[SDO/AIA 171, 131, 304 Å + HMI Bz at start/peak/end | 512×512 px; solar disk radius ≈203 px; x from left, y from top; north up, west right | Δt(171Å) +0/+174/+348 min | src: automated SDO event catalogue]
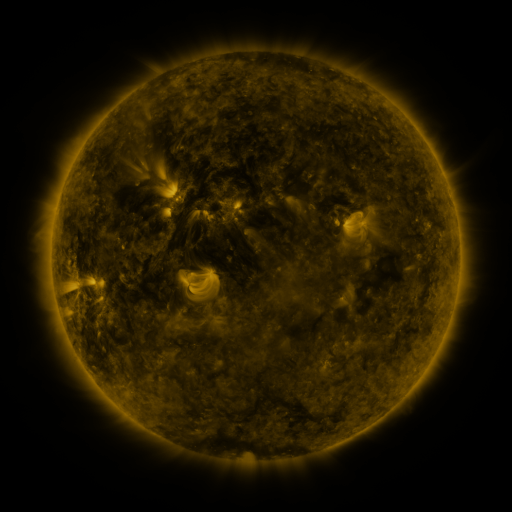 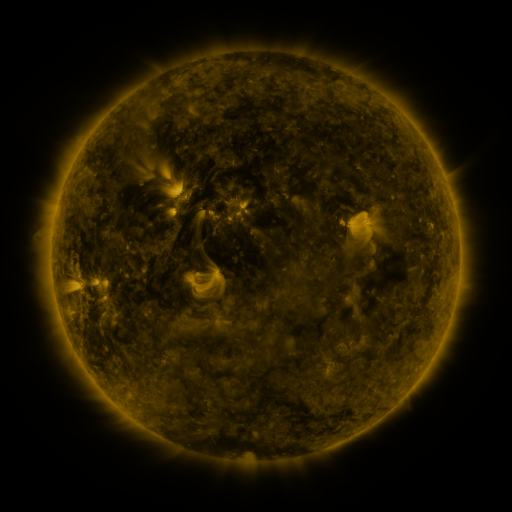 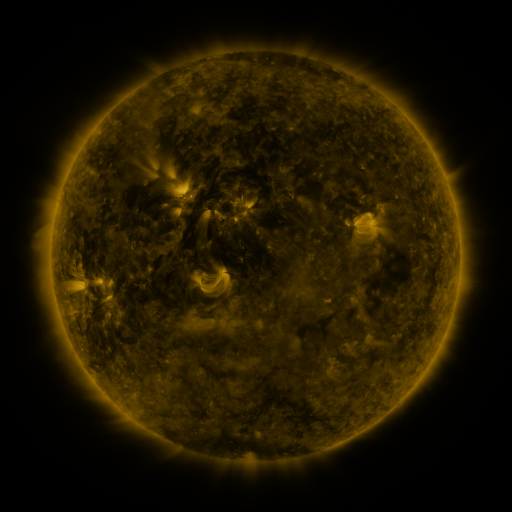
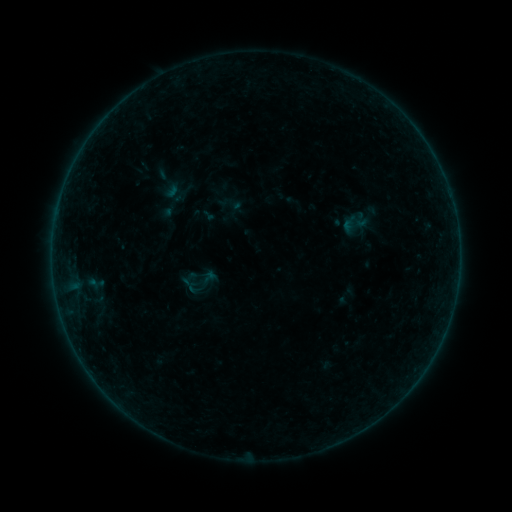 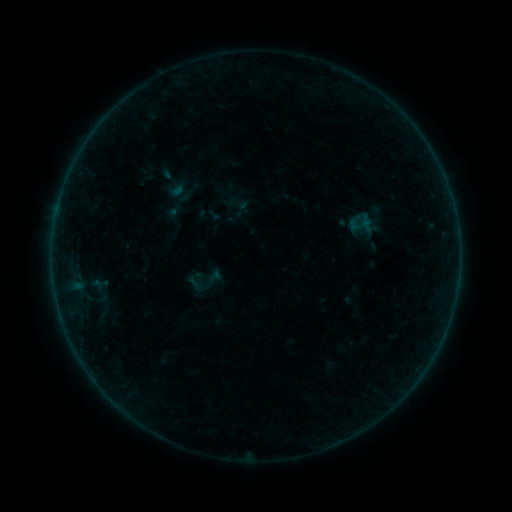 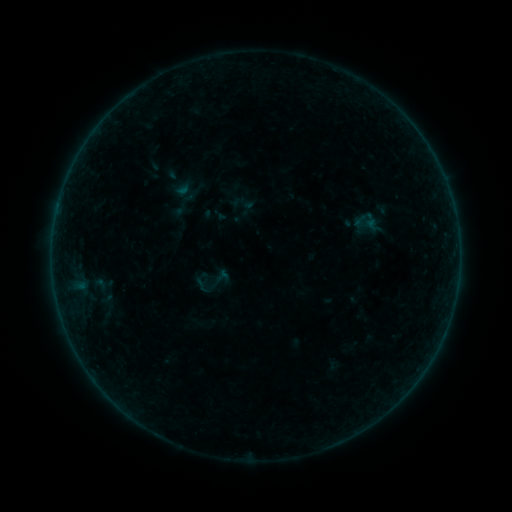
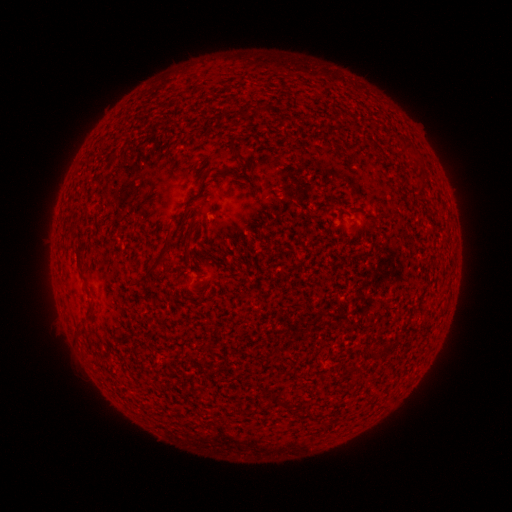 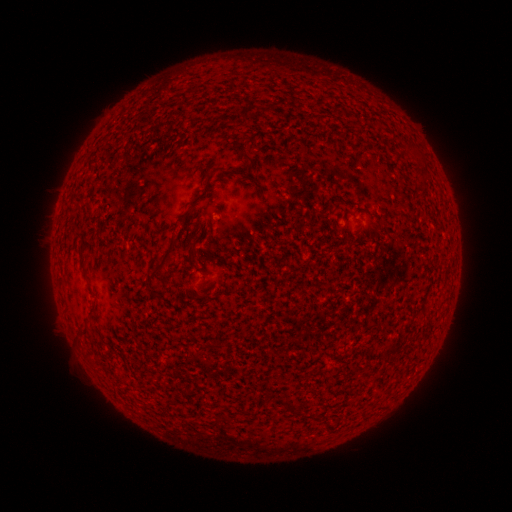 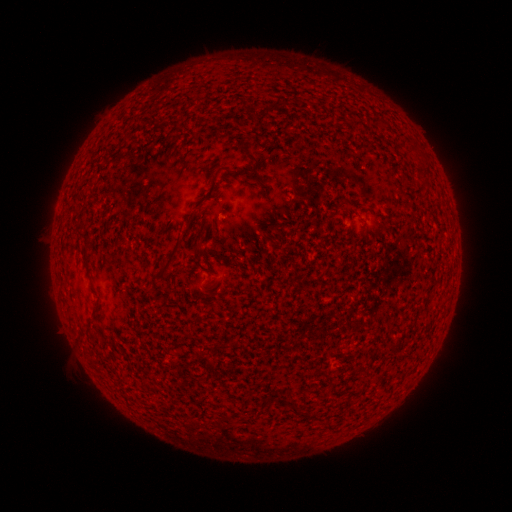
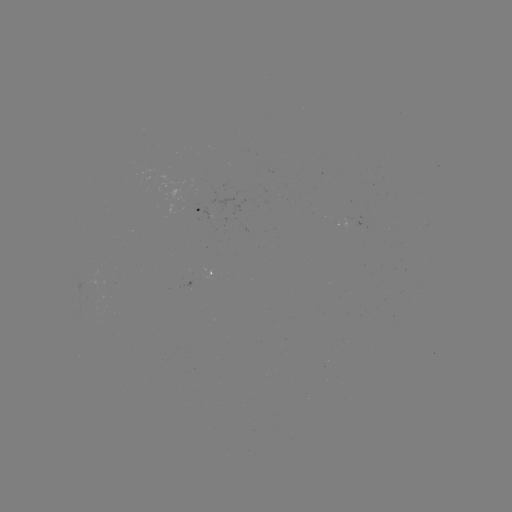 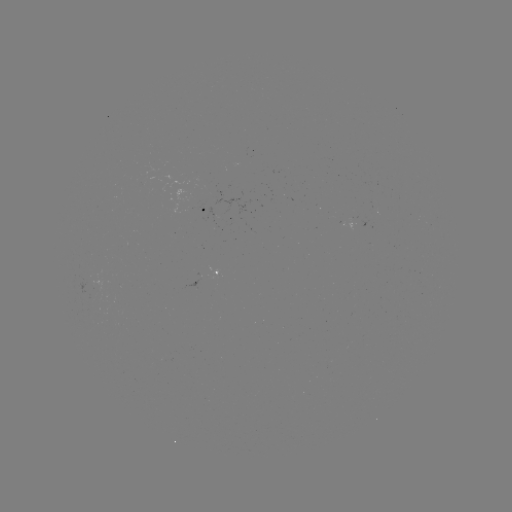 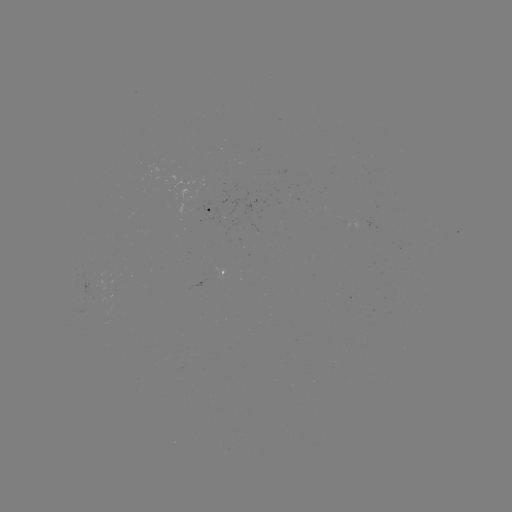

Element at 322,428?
filament eruption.